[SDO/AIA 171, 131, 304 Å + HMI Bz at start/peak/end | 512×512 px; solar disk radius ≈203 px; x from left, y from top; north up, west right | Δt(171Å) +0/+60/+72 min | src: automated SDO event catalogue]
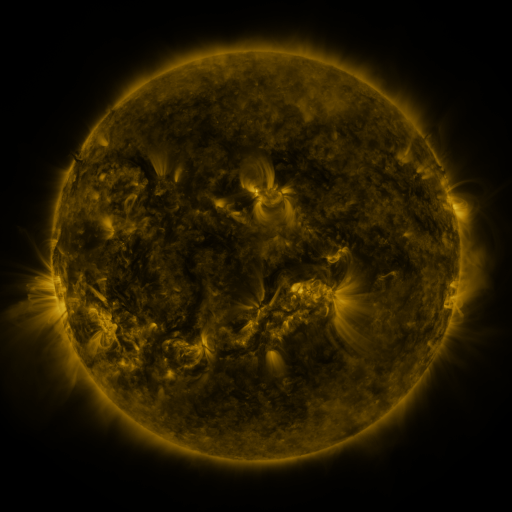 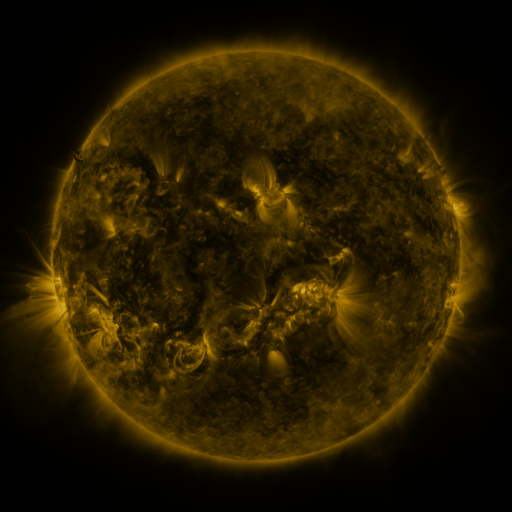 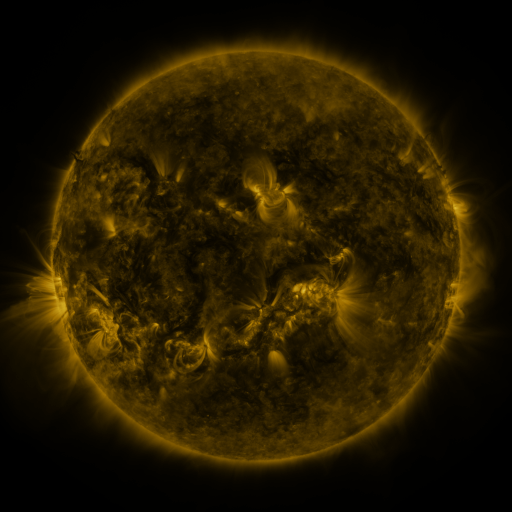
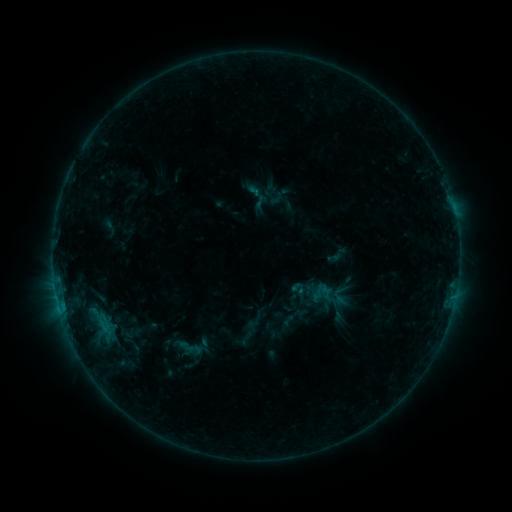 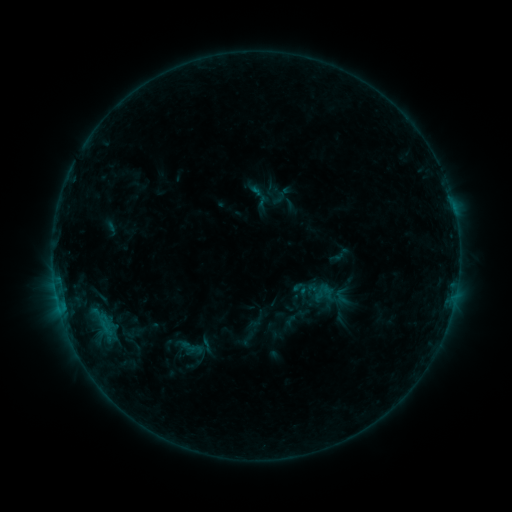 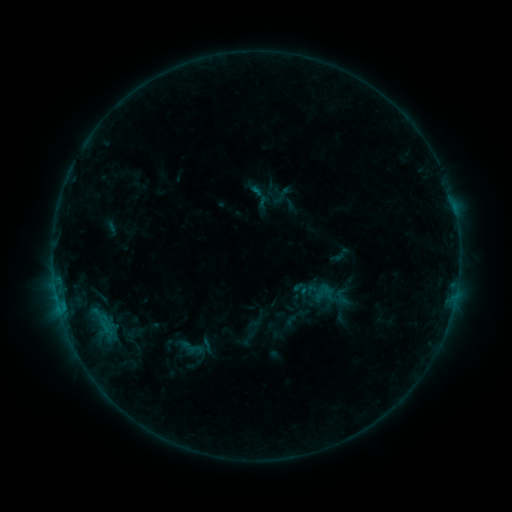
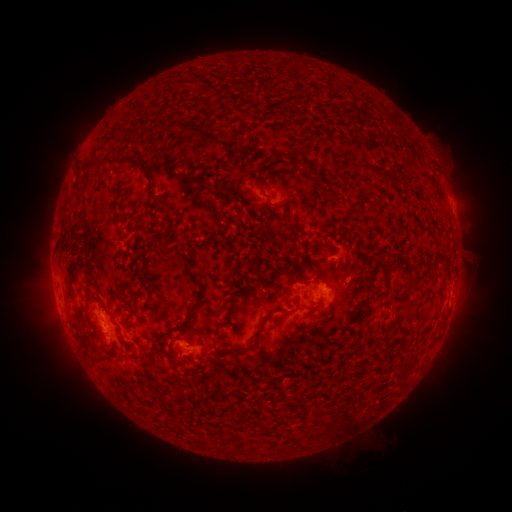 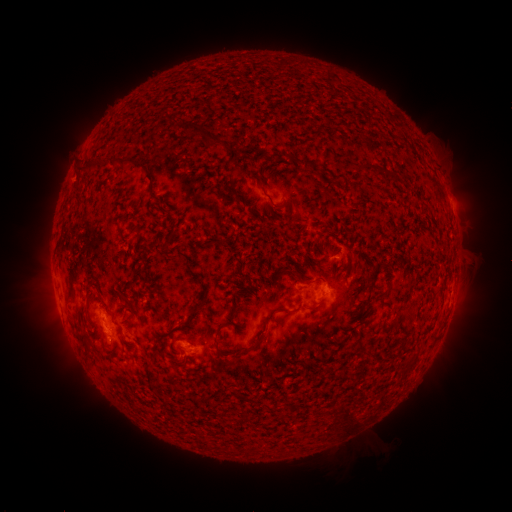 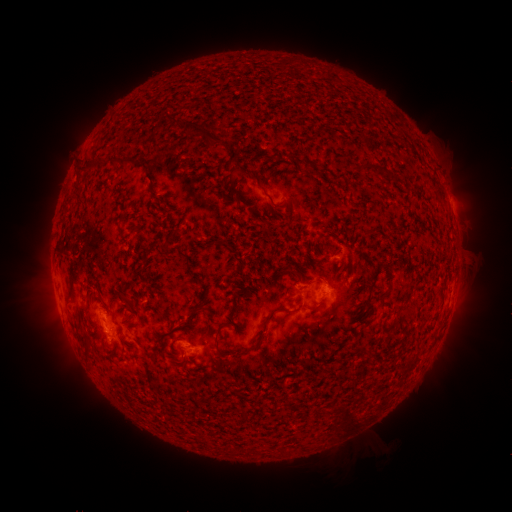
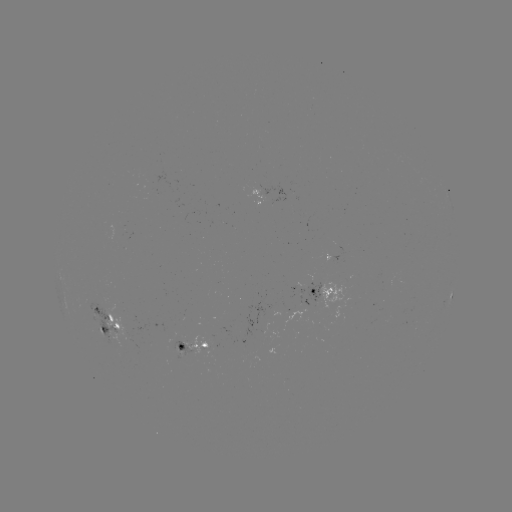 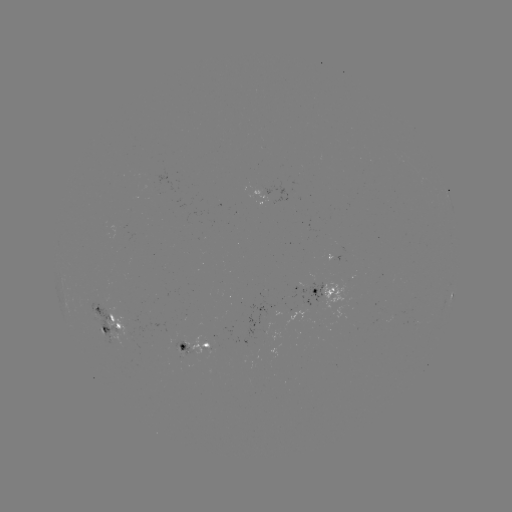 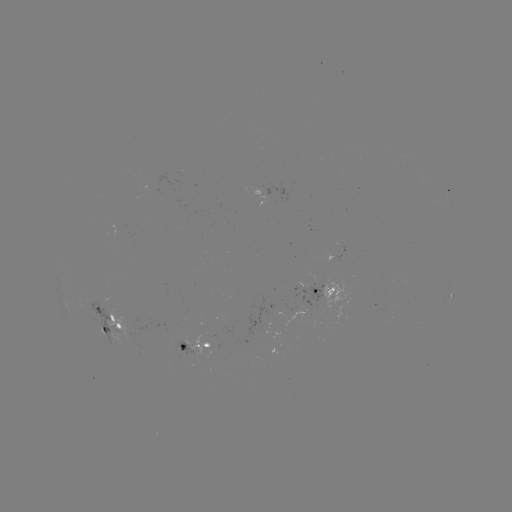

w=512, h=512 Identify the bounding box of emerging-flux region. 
[173, 347, 185, 357].